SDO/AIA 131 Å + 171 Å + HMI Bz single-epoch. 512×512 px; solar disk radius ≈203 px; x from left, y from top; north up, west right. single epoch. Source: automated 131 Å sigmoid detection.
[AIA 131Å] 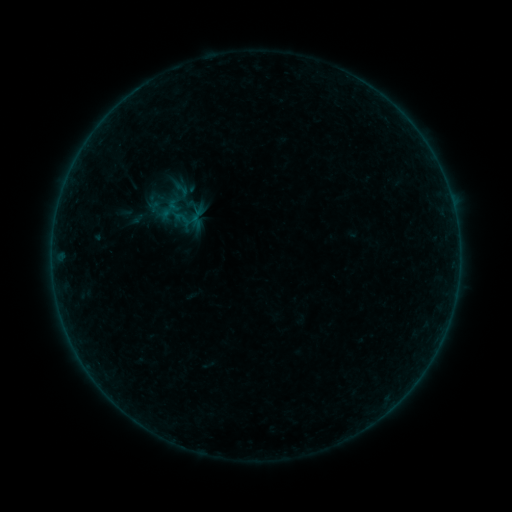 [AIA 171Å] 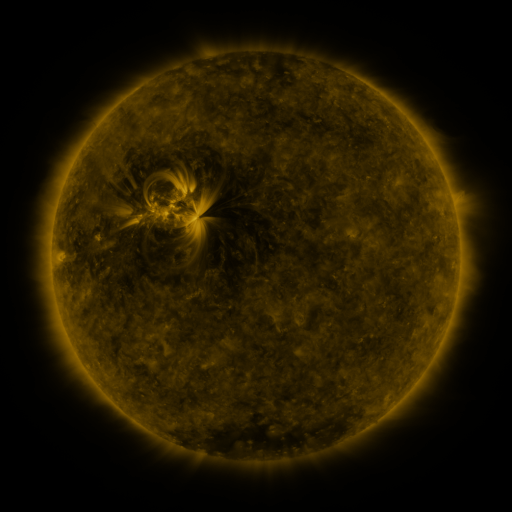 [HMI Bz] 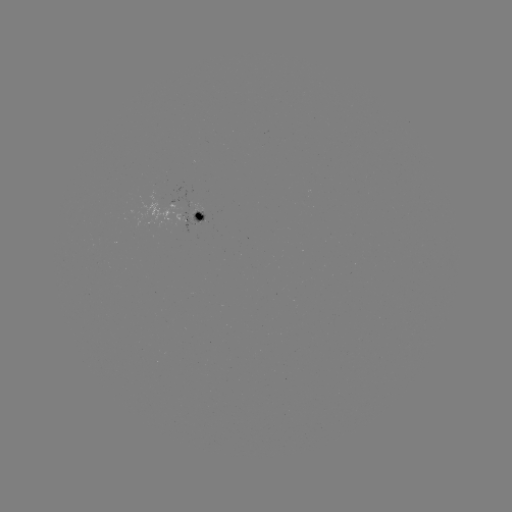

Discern sigmoid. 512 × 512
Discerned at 182,190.